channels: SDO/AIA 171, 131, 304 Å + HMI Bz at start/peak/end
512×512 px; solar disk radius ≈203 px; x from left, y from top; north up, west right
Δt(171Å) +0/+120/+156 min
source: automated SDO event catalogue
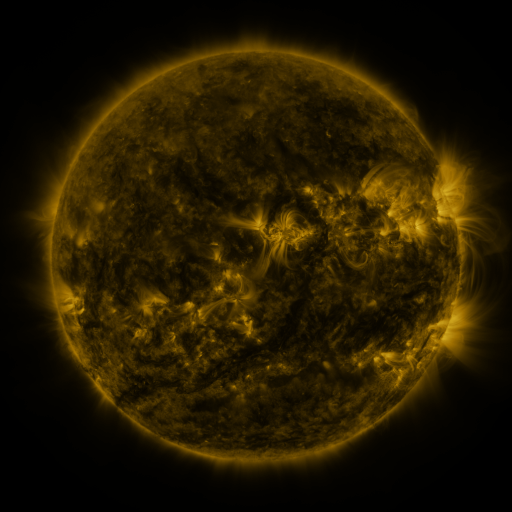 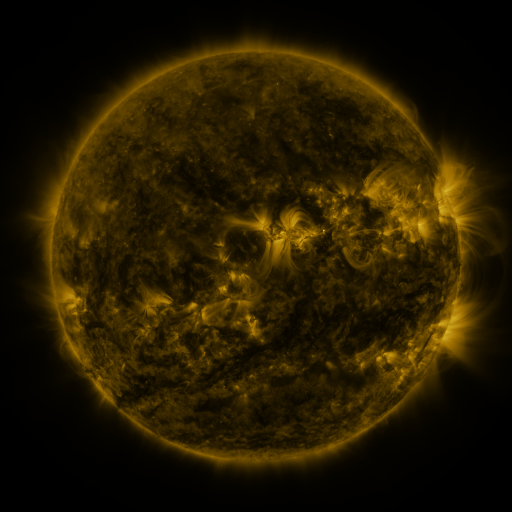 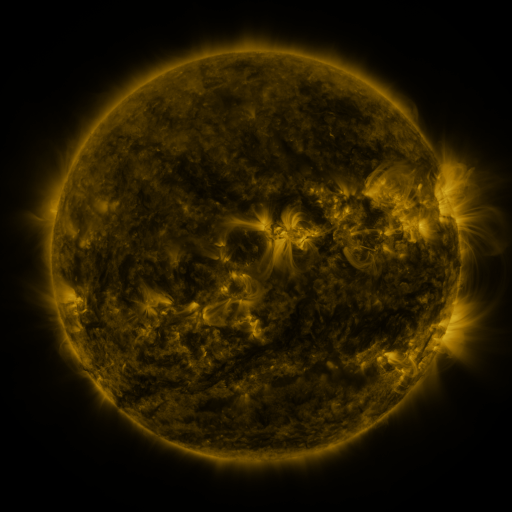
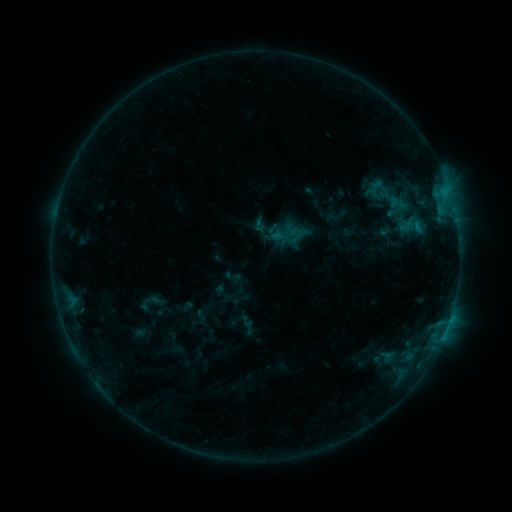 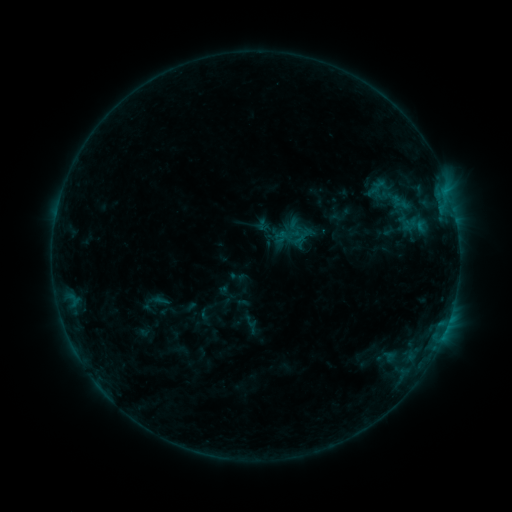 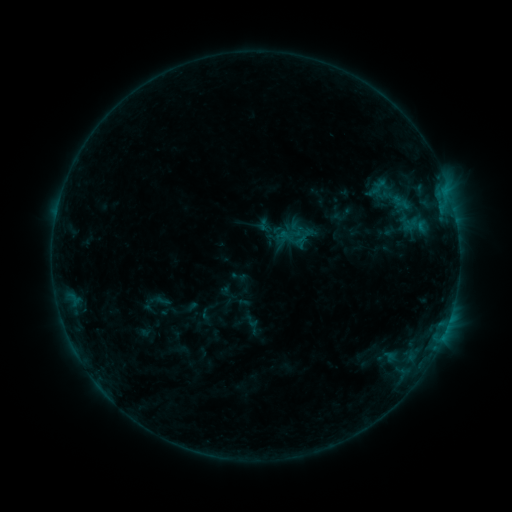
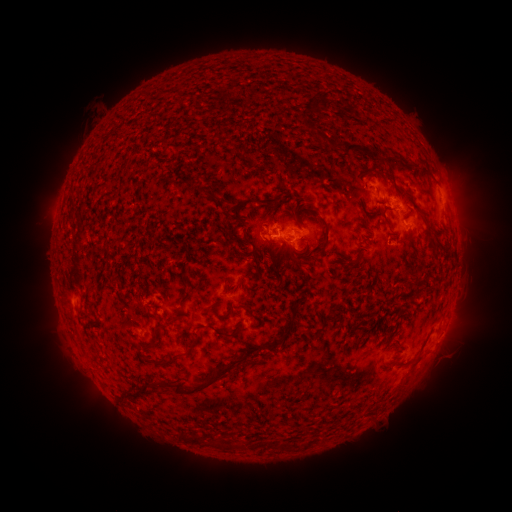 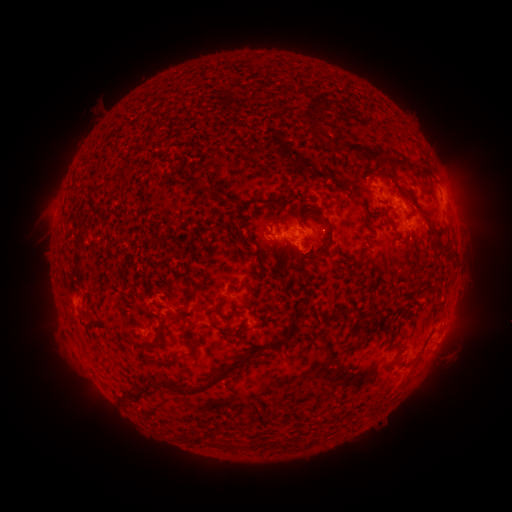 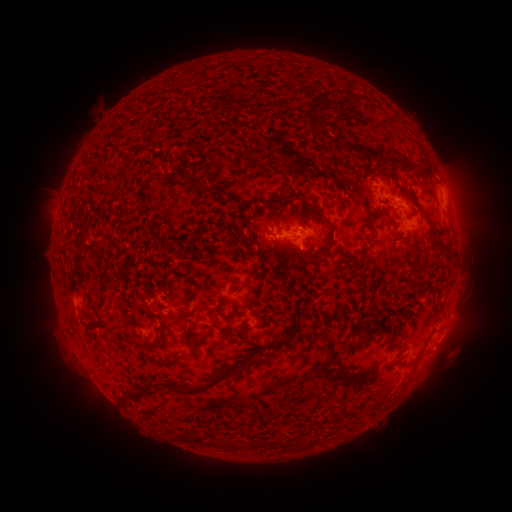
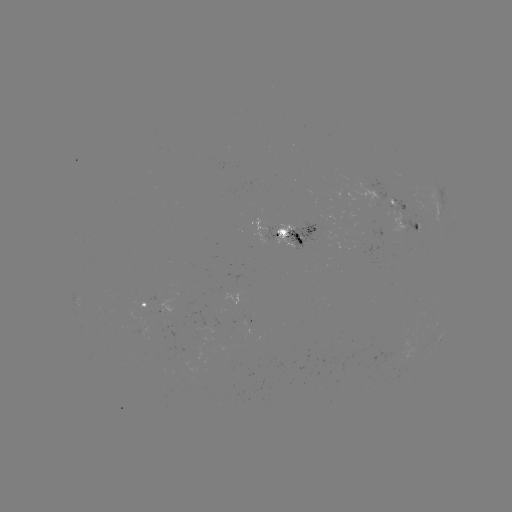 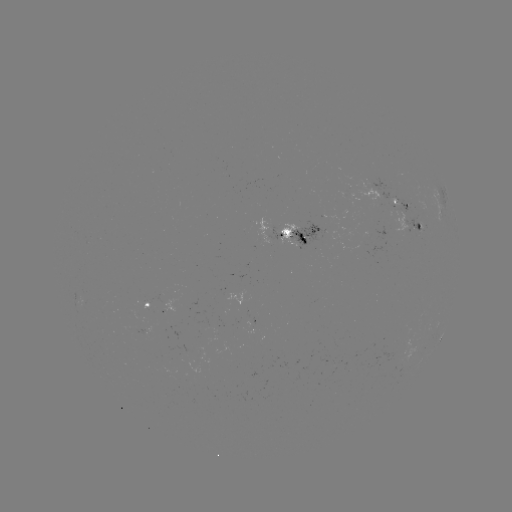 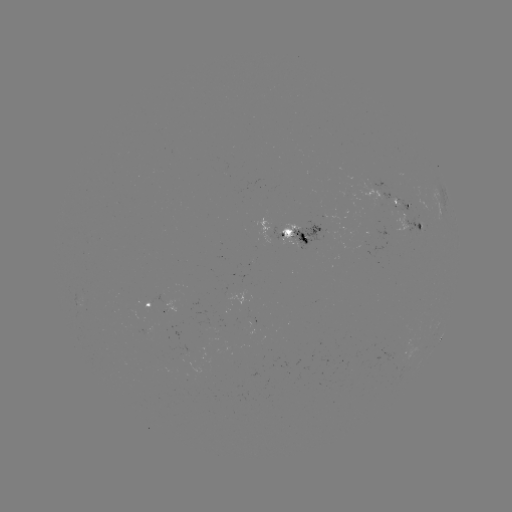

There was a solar emerging-flux region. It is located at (417, 230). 